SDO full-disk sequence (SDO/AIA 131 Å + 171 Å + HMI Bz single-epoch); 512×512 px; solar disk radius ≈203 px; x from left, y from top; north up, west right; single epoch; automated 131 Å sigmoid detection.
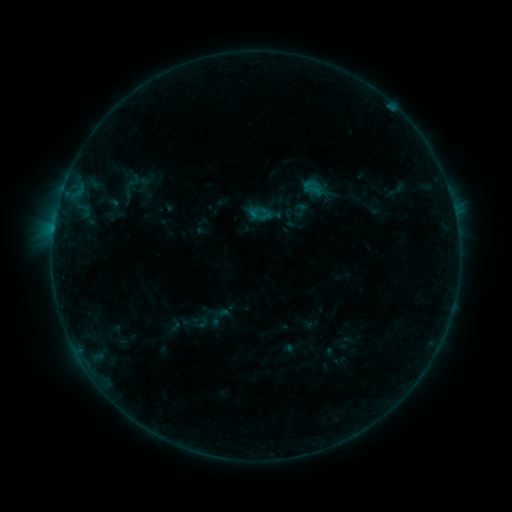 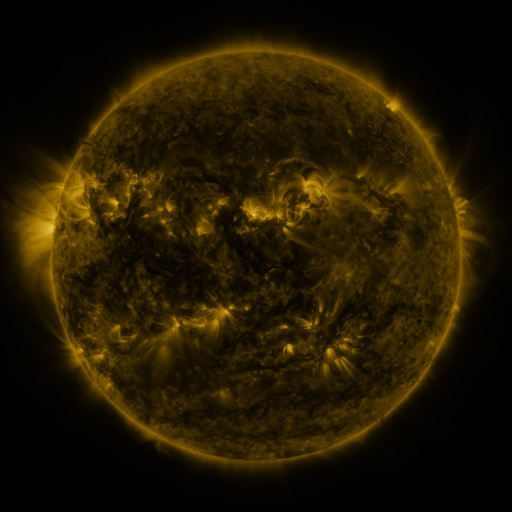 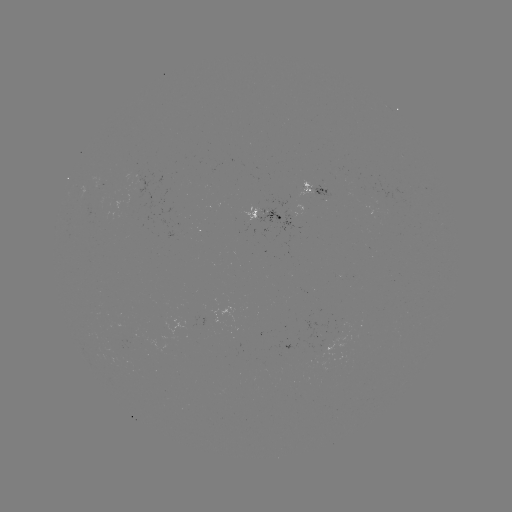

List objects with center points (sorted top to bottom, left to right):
sigmoid: (132, 185)
sigmoid: (302, 209)
